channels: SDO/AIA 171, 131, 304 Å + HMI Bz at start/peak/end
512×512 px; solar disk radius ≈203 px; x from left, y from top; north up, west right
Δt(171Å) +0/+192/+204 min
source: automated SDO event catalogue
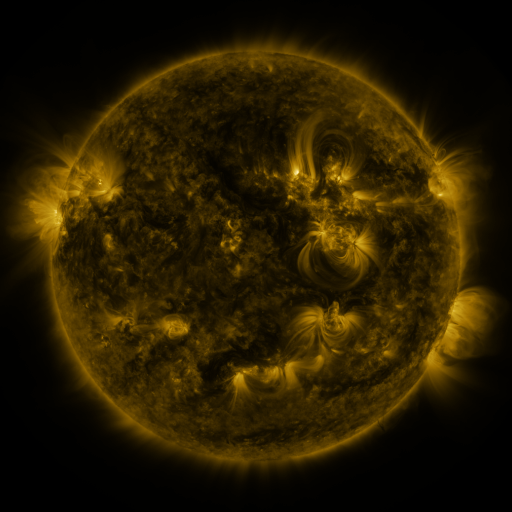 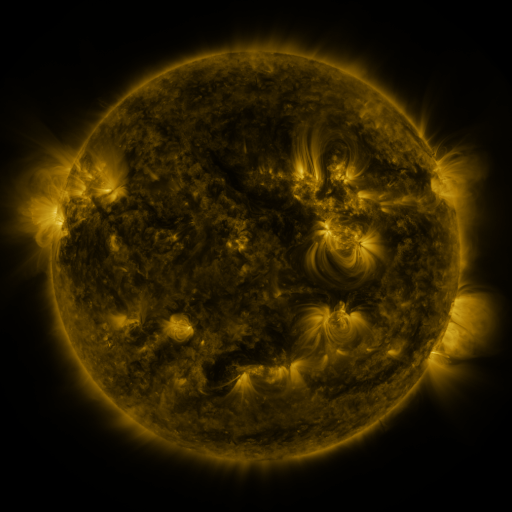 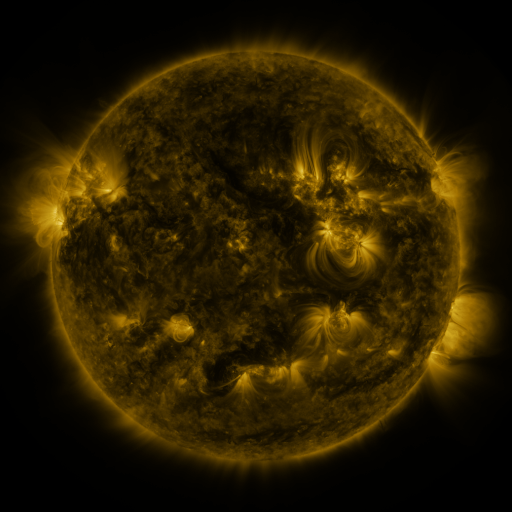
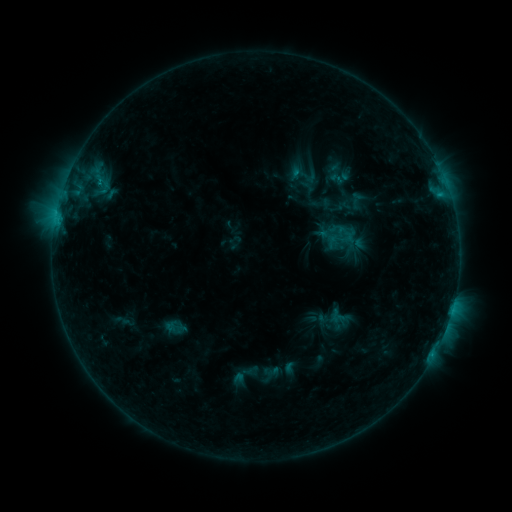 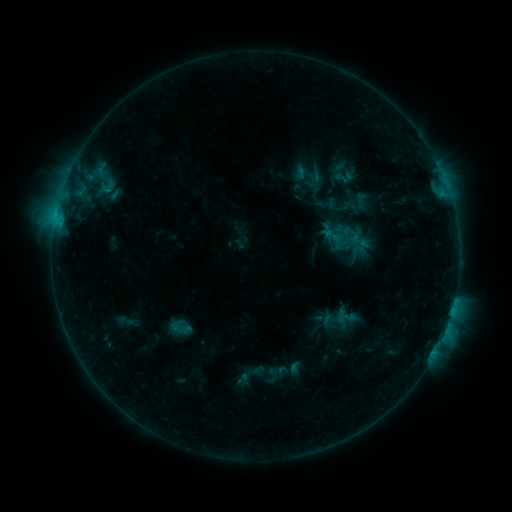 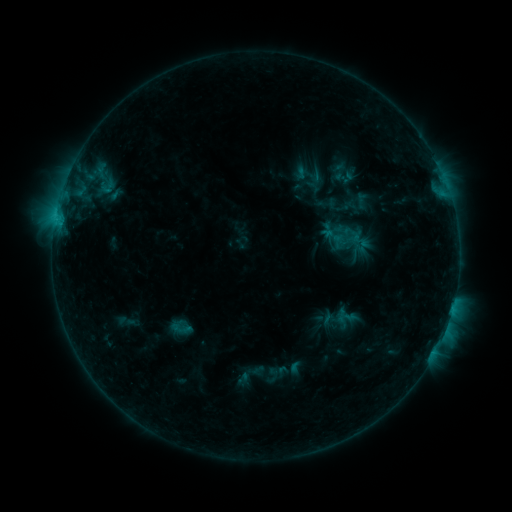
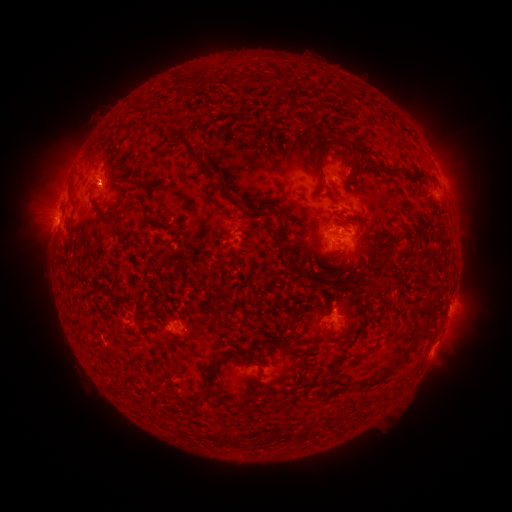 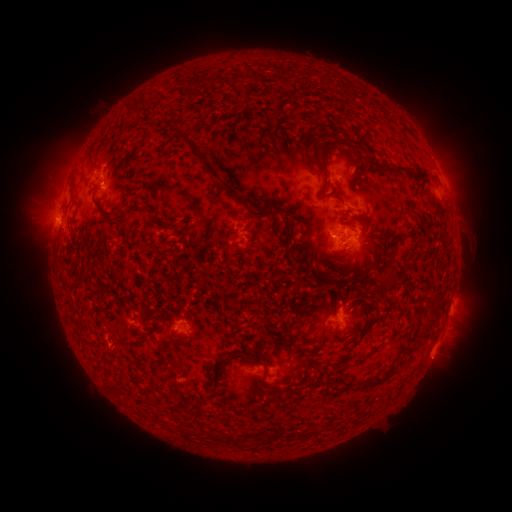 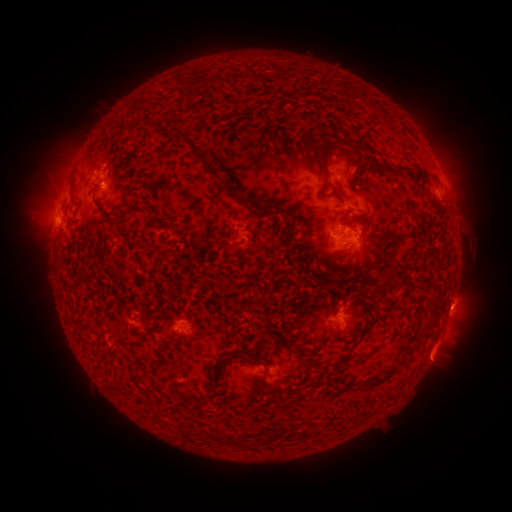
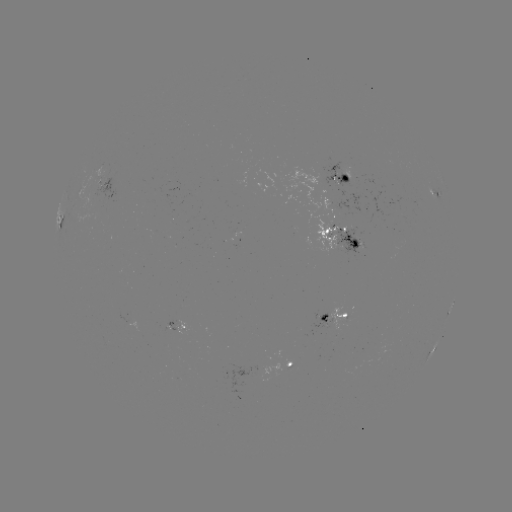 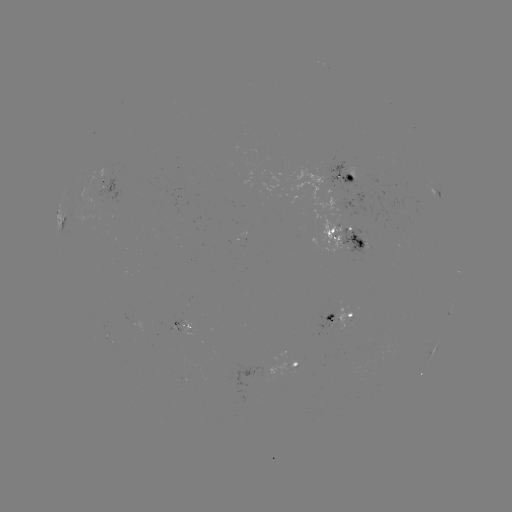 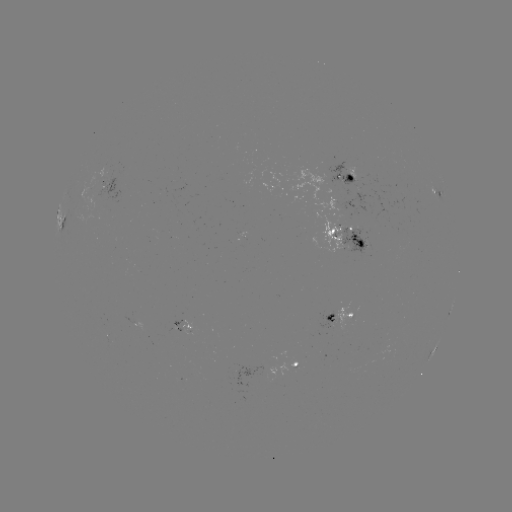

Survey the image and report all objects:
emerging-flux region: (359, 239)
